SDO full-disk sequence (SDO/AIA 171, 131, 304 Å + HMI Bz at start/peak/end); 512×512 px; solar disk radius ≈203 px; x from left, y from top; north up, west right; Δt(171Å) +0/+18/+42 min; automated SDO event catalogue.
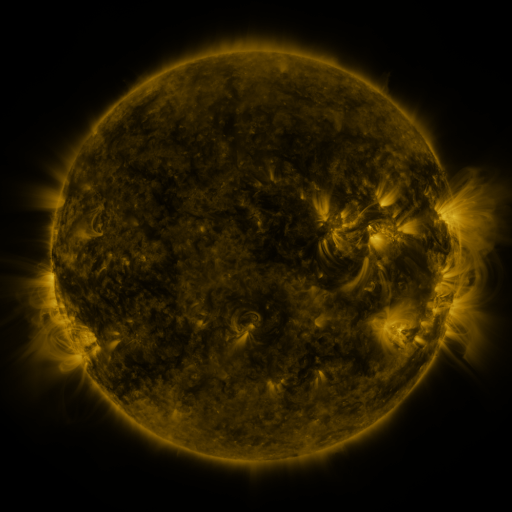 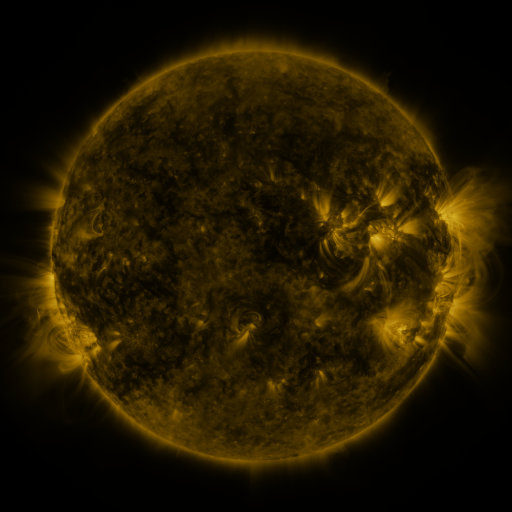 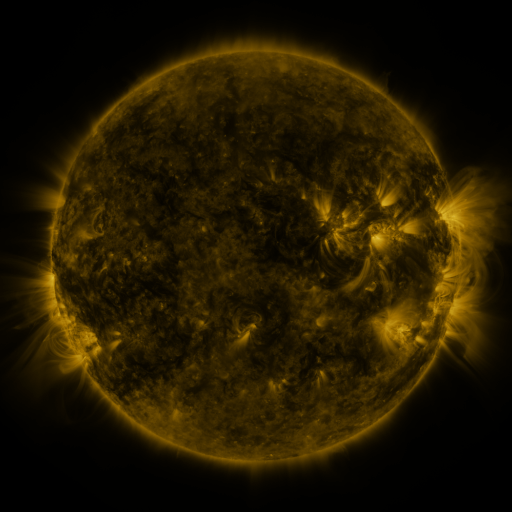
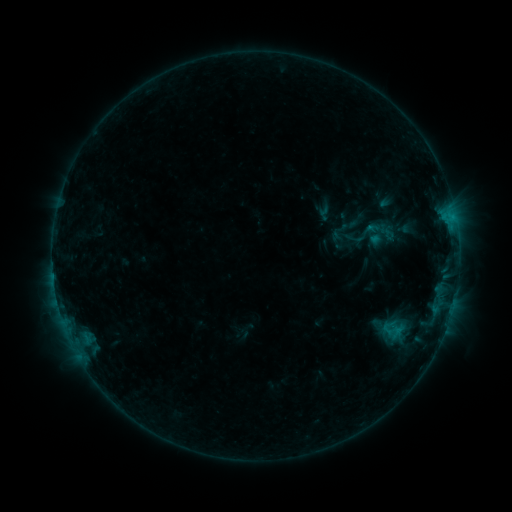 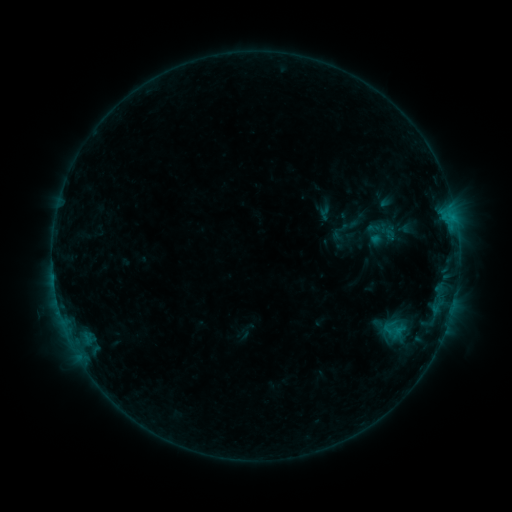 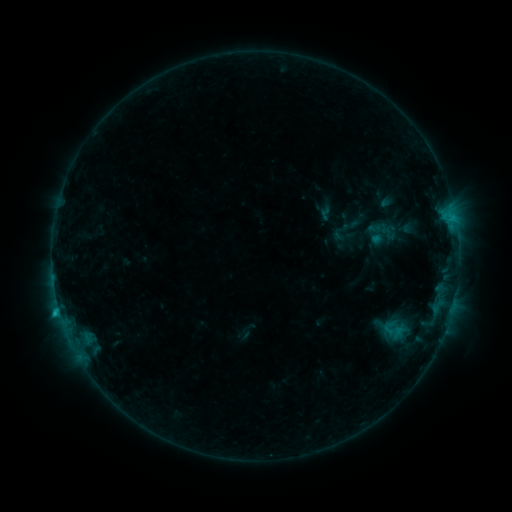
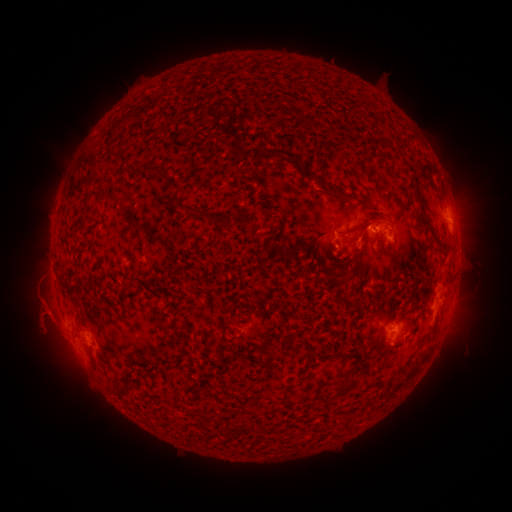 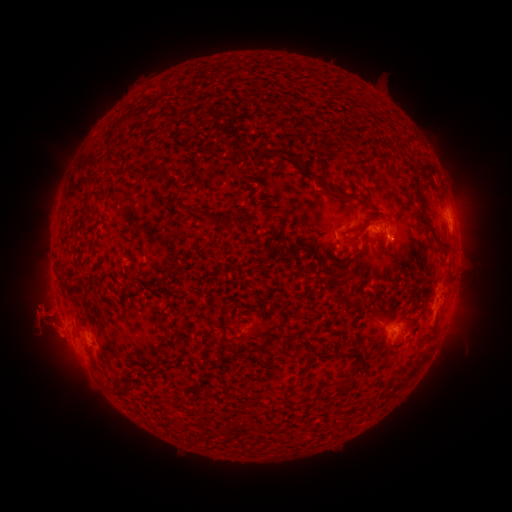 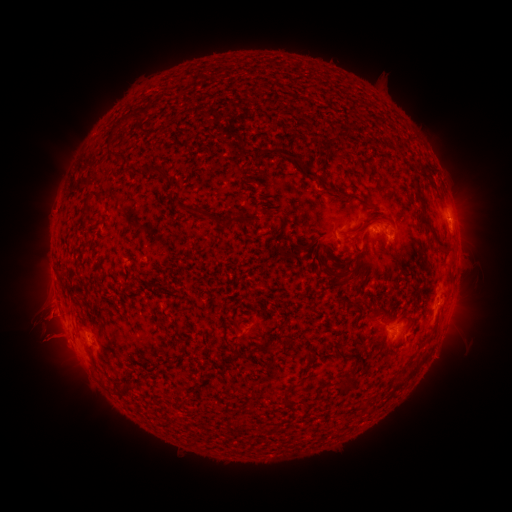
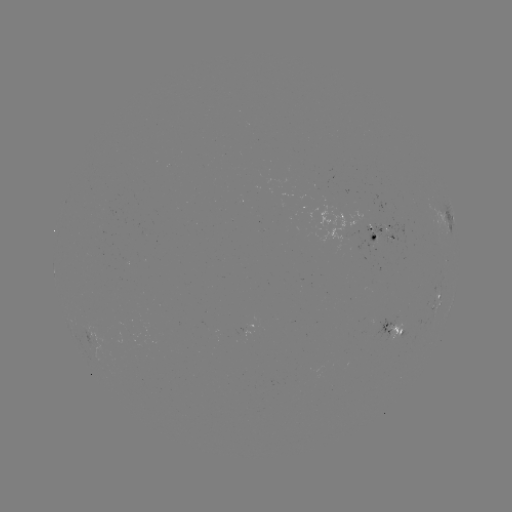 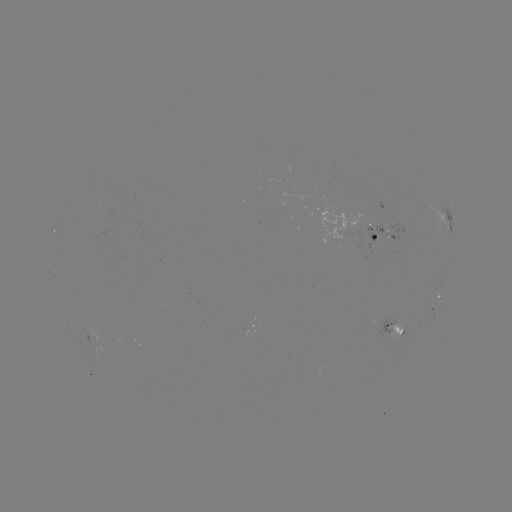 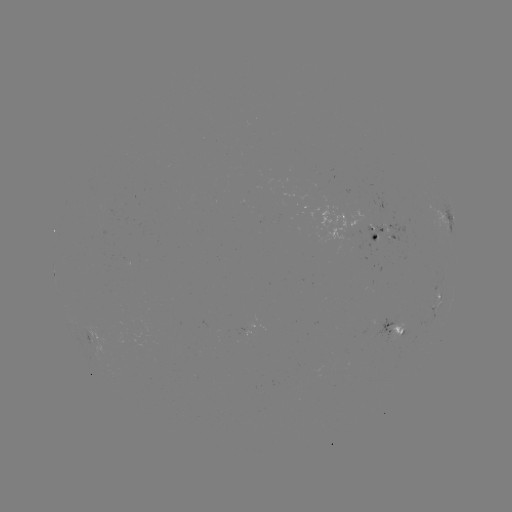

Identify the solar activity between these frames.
eruption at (43, 325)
